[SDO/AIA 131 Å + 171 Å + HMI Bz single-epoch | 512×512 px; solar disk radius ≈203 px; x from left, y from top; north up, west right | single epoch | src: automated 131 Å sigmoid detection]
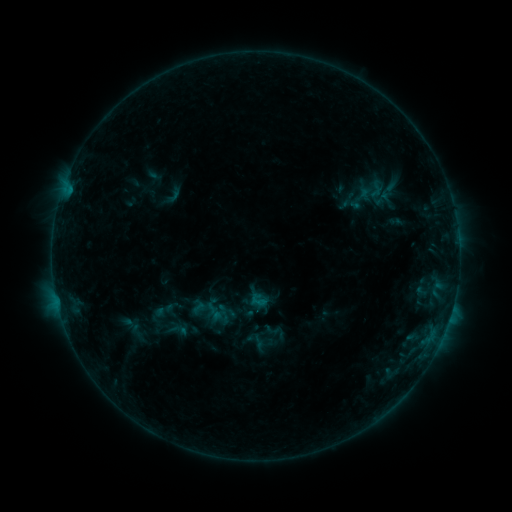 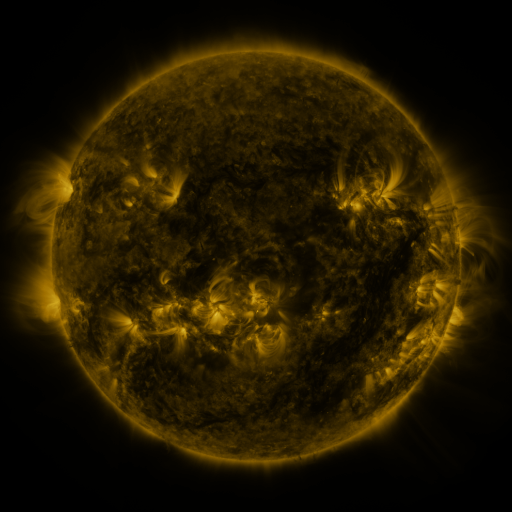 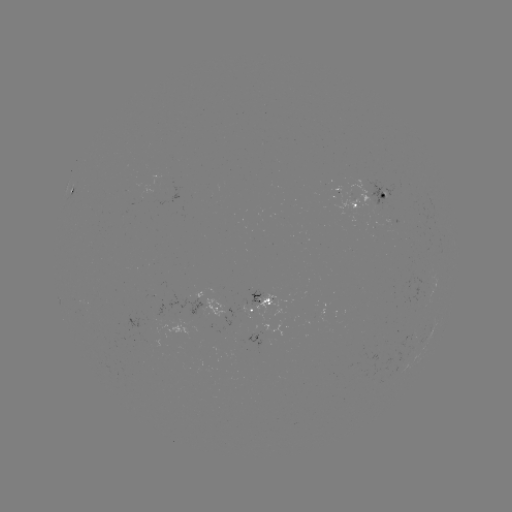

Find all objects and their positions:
sigmoid: [195, 297, 217, 318]
sigmoid: [165, 319, 191, 341]
sigmoid: [264, 320, 286, 341]
